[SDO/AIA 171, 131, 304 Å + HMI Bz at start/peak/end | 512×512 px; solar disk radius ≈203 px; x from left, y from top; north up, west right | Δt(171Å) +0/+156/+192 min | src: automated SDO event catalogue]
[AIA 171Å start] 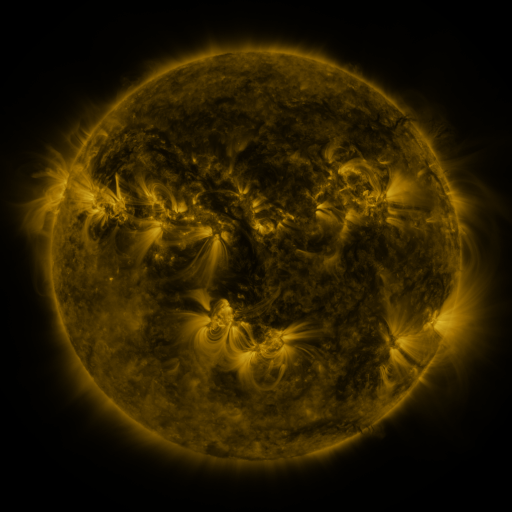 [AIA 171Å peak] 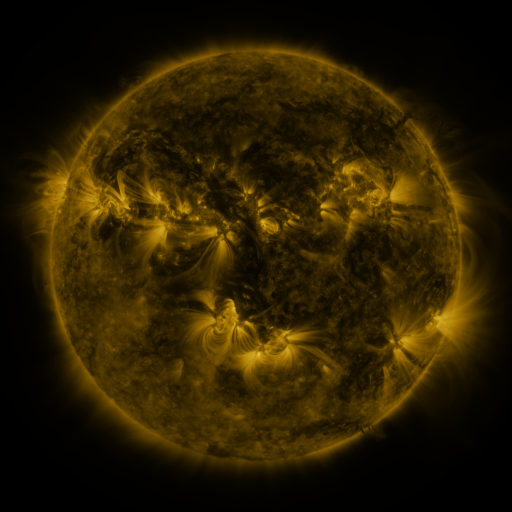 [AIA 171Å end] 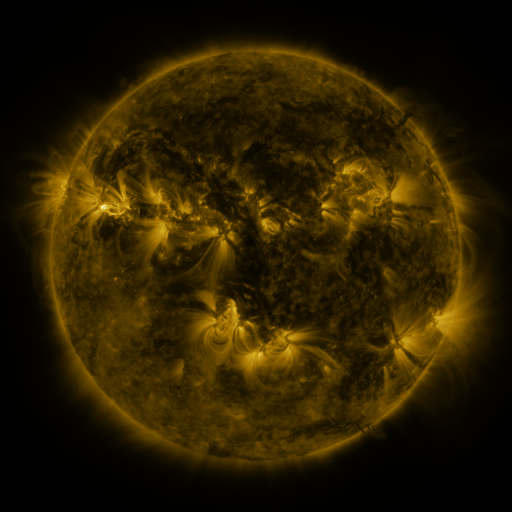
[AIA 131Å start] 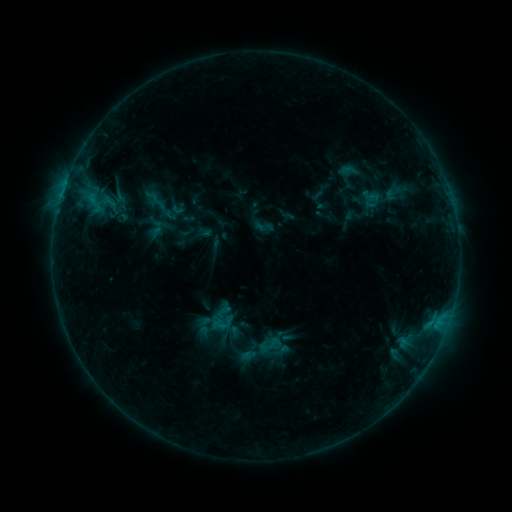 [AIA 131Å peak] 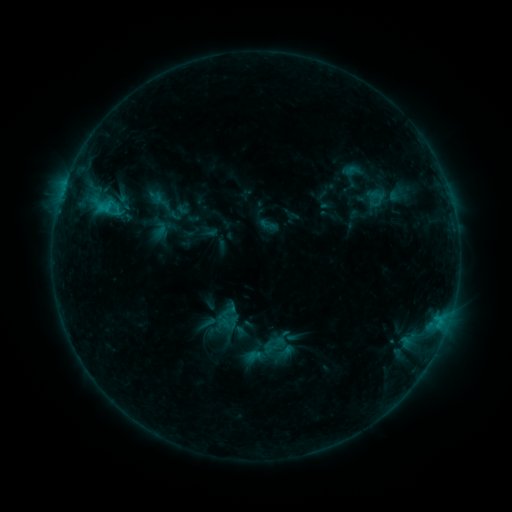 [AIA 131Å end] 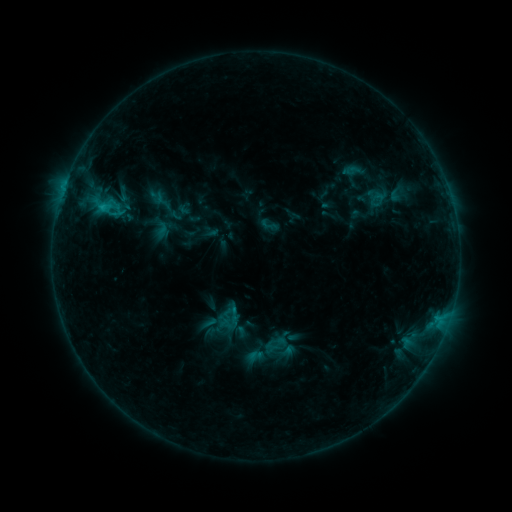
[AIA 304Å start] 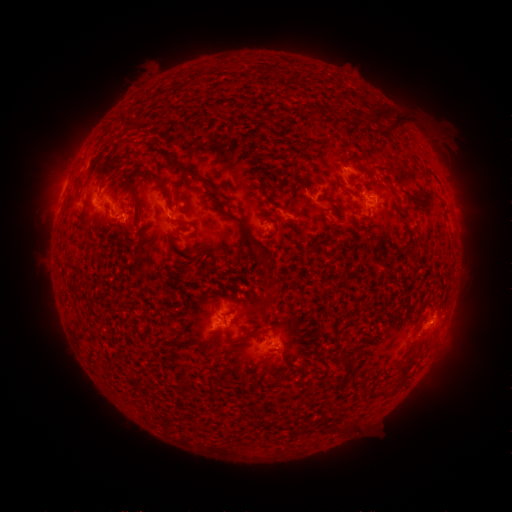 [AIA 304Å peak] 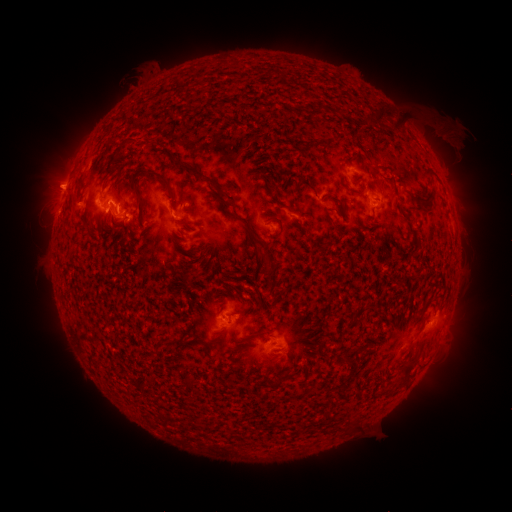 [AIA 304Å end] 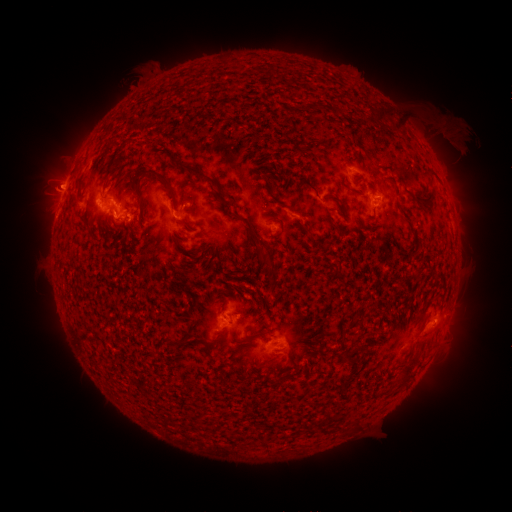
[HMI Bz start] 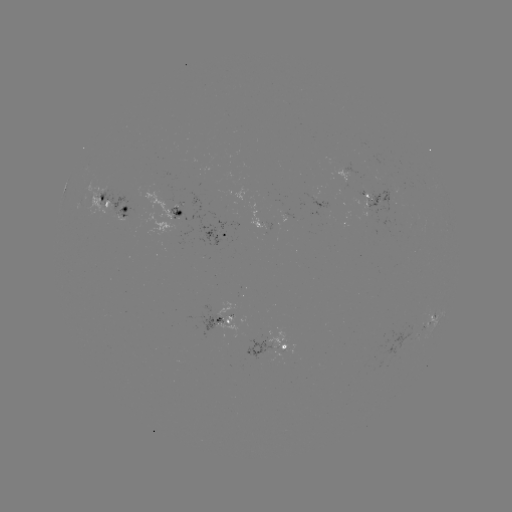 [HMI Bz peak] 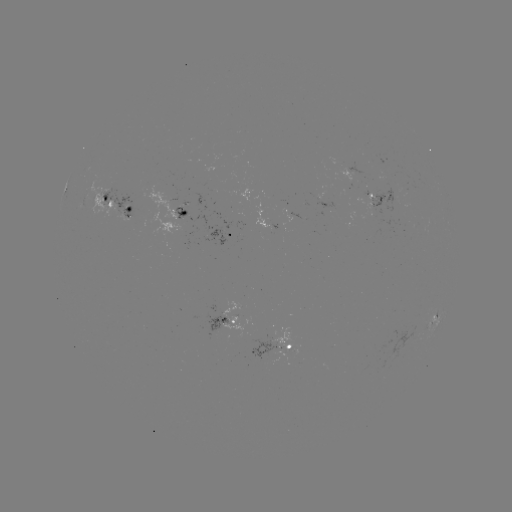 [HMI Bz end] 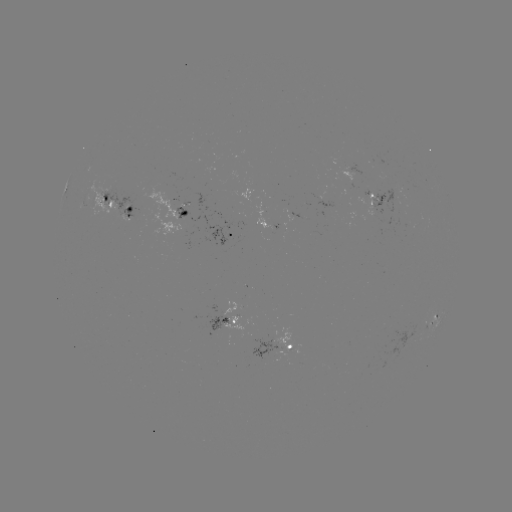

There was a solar emerging-flux region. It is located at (264, 221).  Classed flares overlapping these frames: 2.